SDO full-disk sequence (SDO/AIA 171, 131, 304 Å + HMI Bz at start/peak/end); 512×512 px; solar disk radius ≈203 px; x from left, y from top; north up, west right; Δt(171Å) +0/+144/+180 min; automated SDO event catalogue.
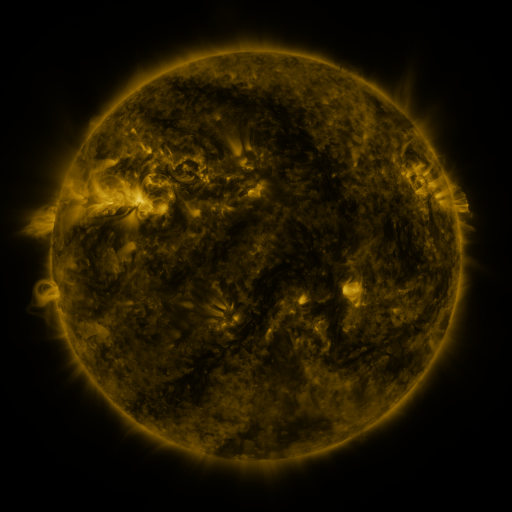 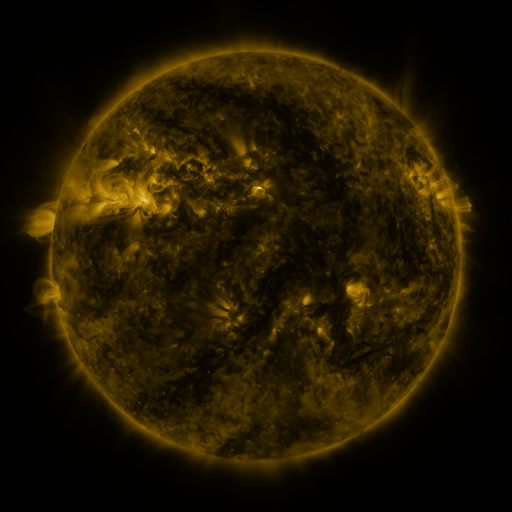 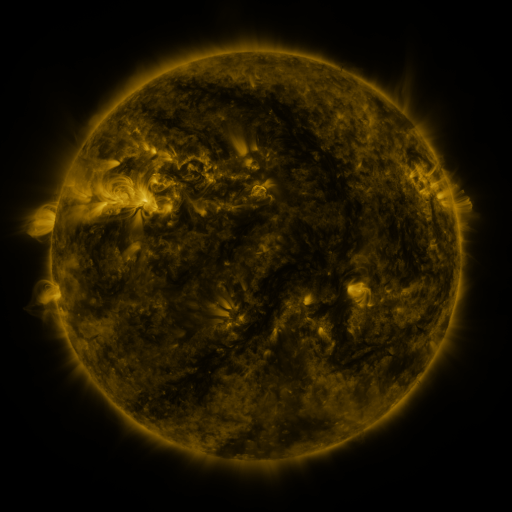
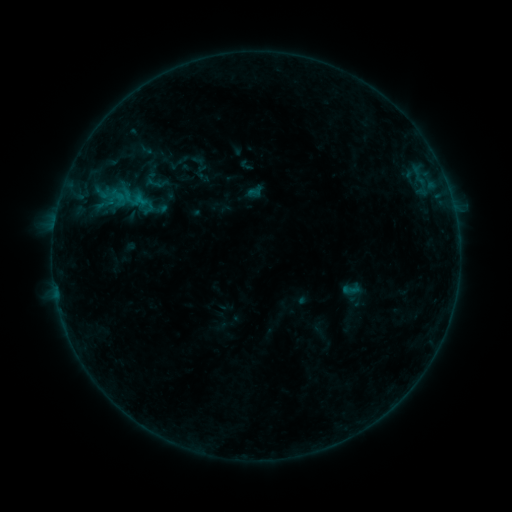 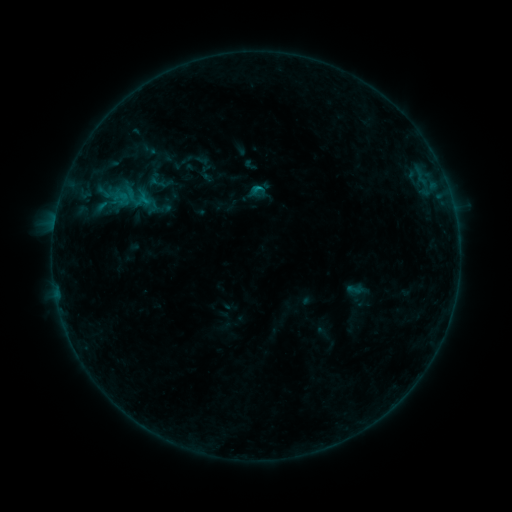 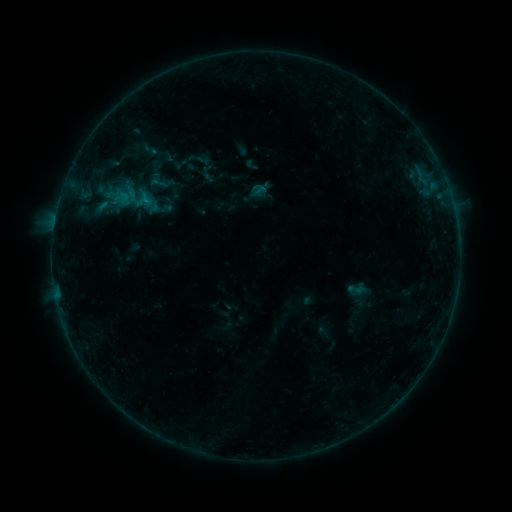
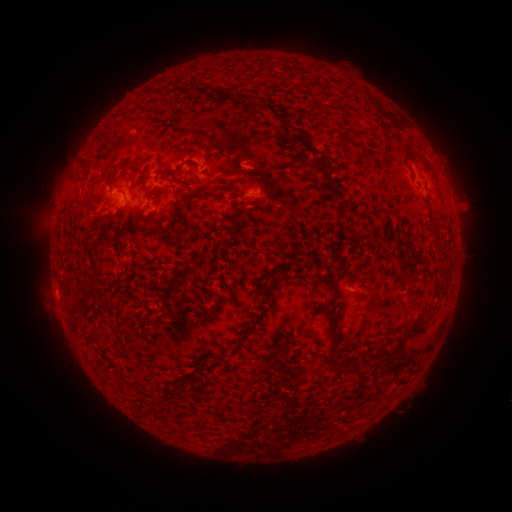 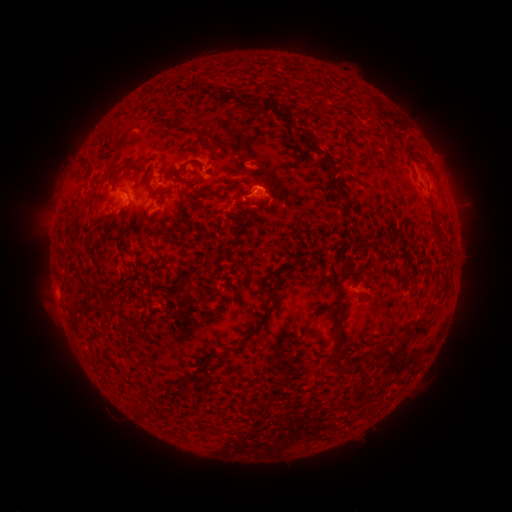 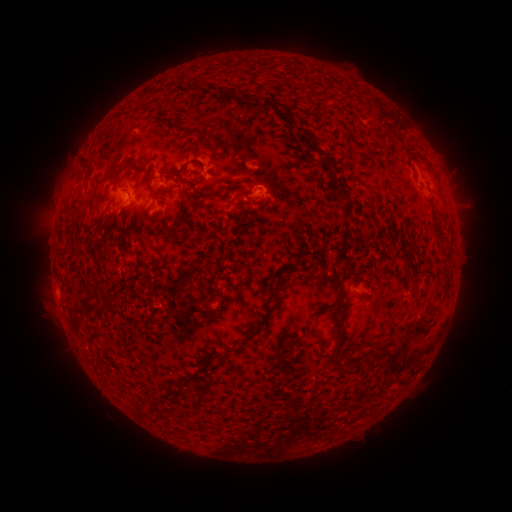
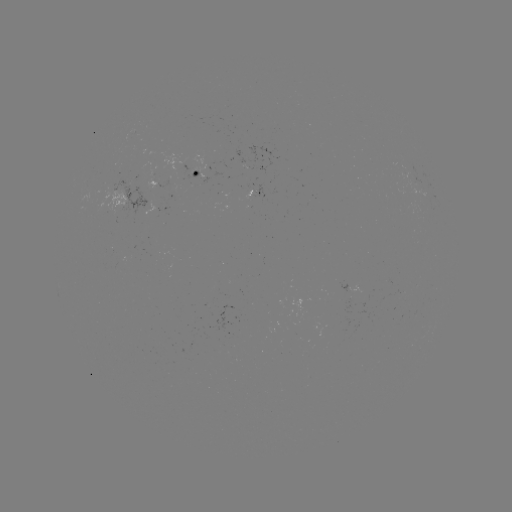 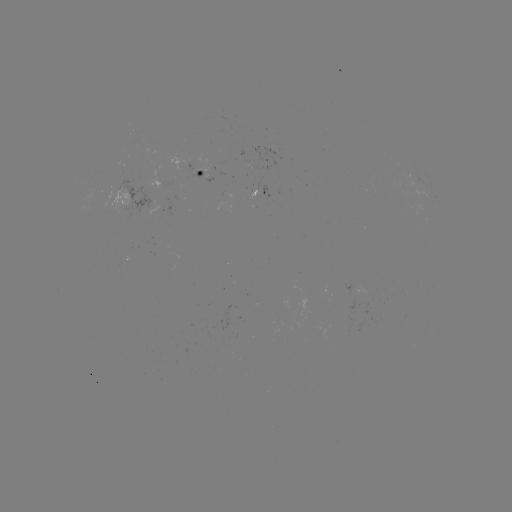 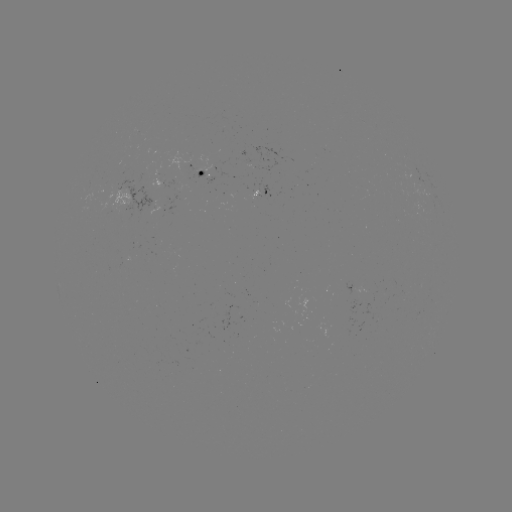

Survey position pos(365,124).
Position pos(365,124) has emerging-flux region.